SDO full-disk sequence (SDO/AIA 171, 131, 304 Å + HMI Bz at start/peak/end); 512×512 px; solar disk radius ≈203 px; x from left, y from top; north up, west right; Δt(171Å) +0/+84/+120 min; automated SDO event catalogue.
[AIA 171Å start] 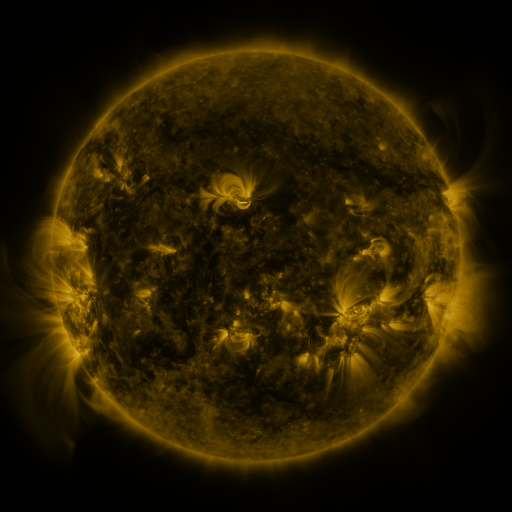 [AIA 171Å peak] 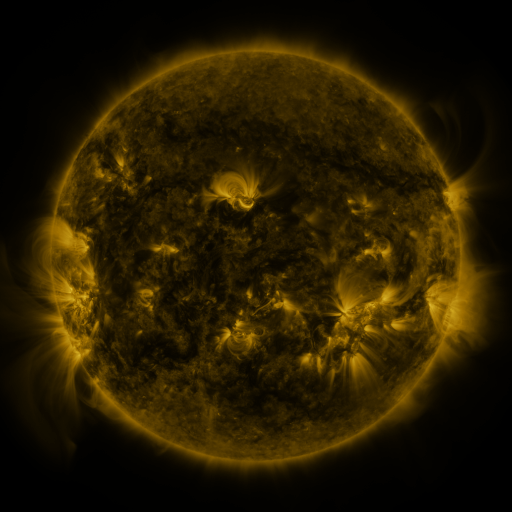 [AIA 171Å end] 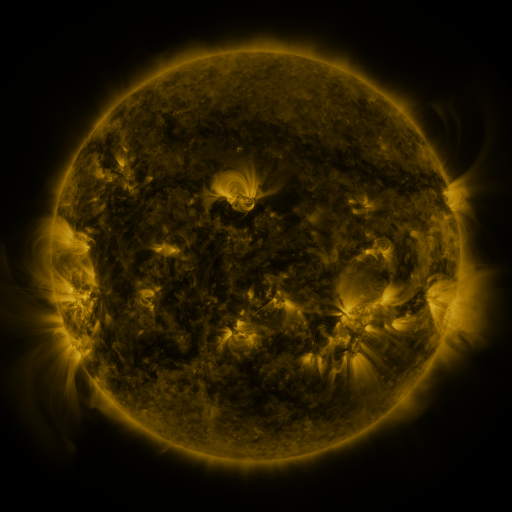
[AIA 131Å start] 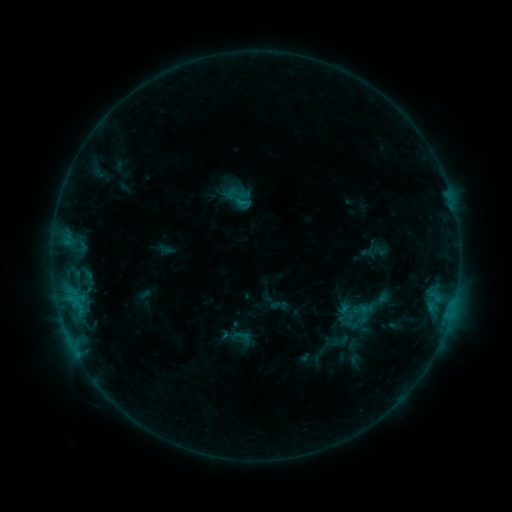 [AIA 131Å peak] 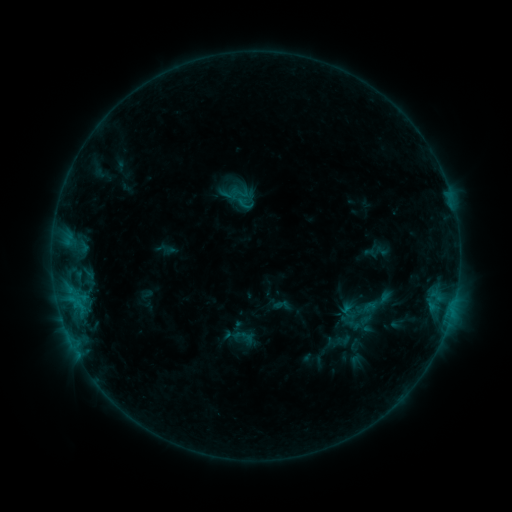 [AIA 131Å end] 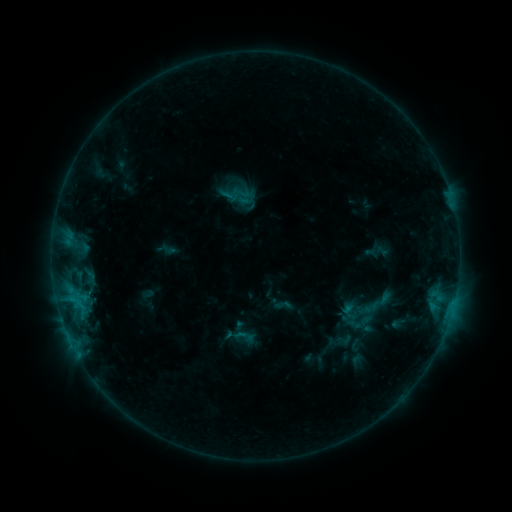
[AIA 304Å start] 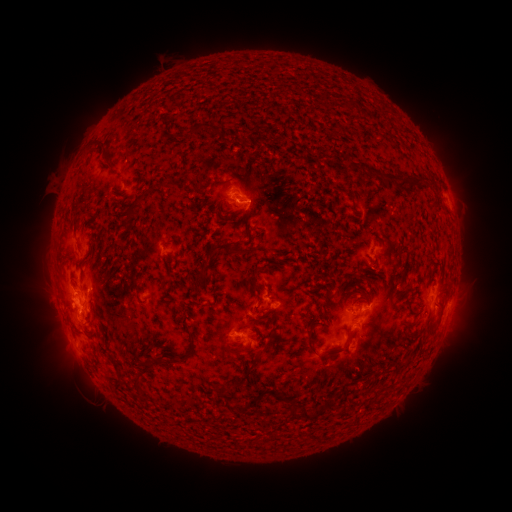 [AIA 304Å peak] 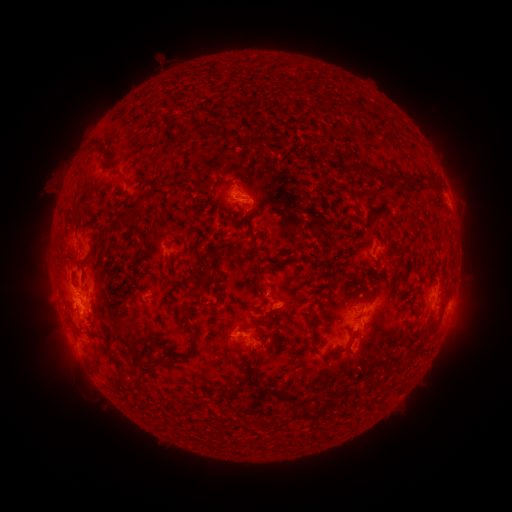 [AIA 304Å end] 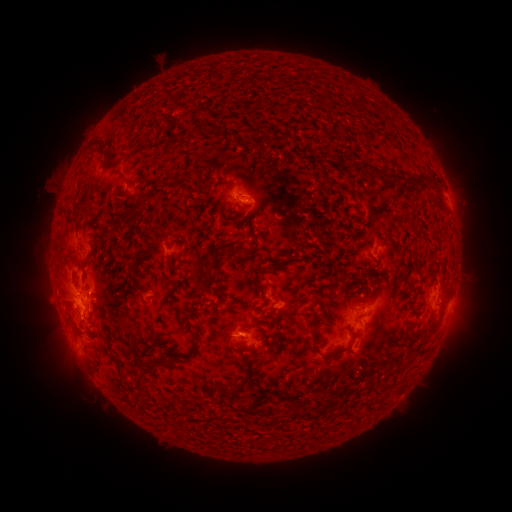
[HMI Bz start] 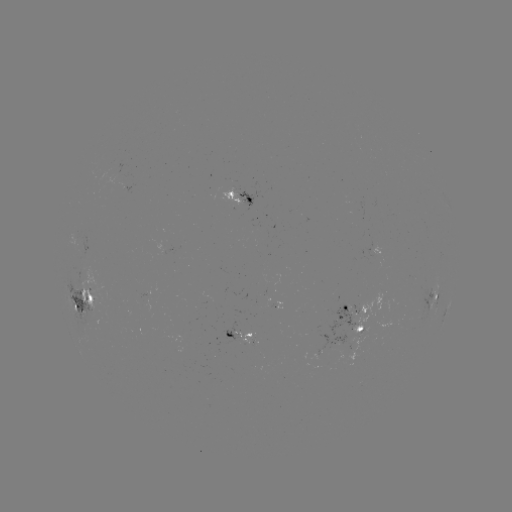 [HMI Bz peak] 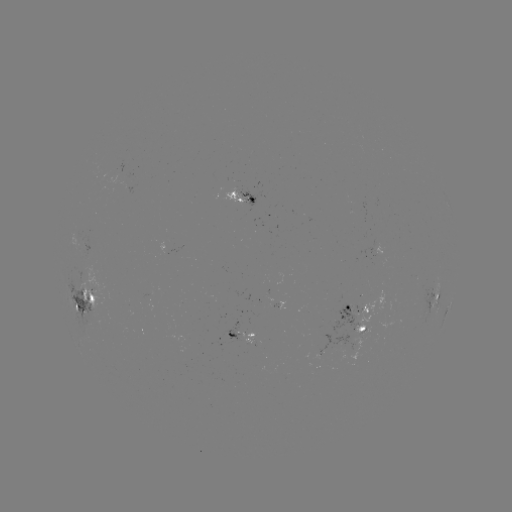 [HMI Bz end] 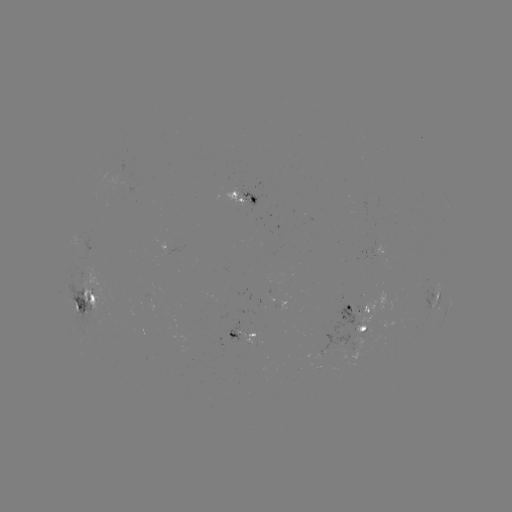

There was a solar emerging-flux region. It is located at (364, 327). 